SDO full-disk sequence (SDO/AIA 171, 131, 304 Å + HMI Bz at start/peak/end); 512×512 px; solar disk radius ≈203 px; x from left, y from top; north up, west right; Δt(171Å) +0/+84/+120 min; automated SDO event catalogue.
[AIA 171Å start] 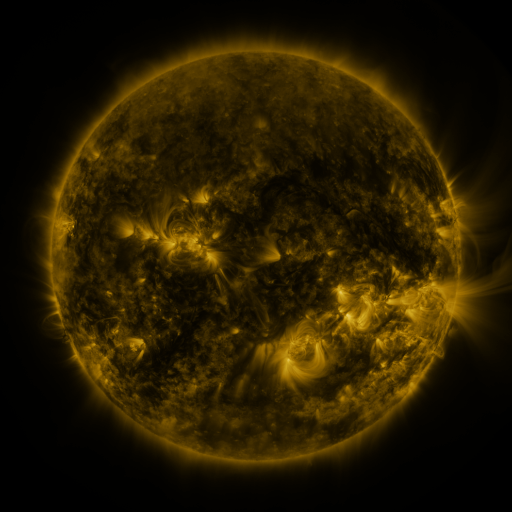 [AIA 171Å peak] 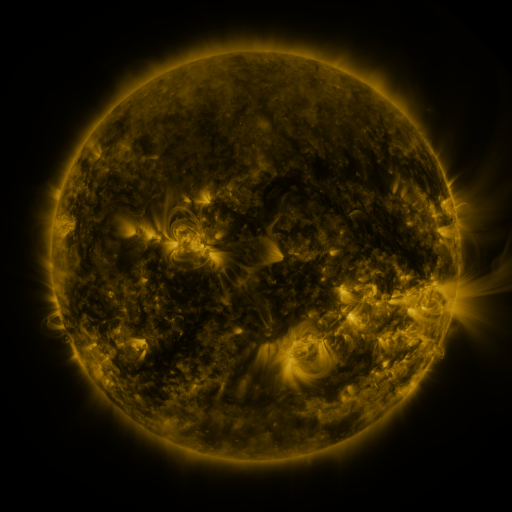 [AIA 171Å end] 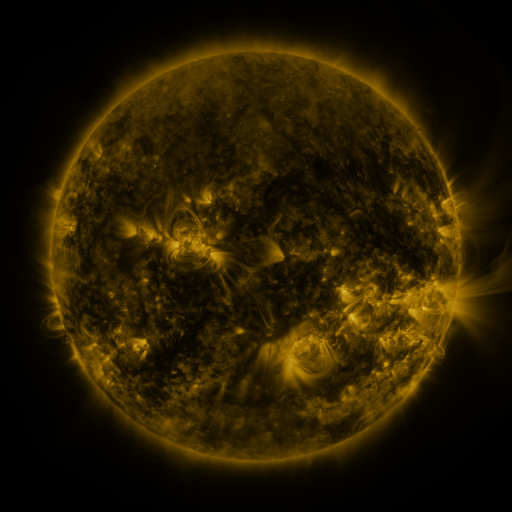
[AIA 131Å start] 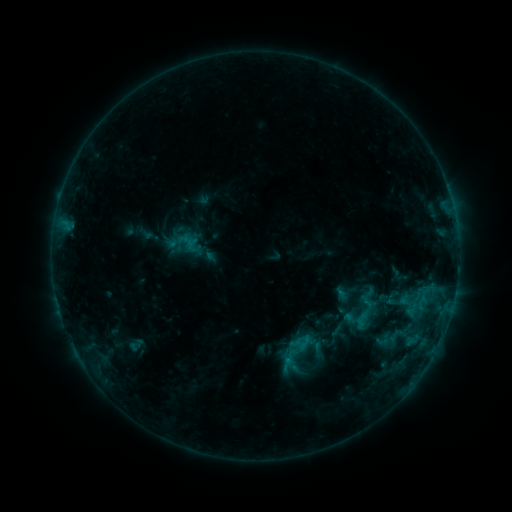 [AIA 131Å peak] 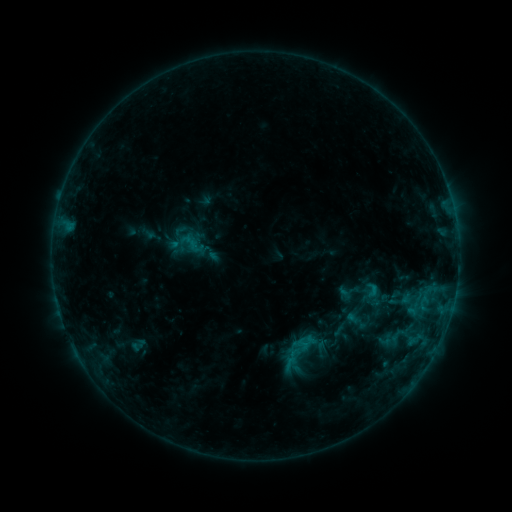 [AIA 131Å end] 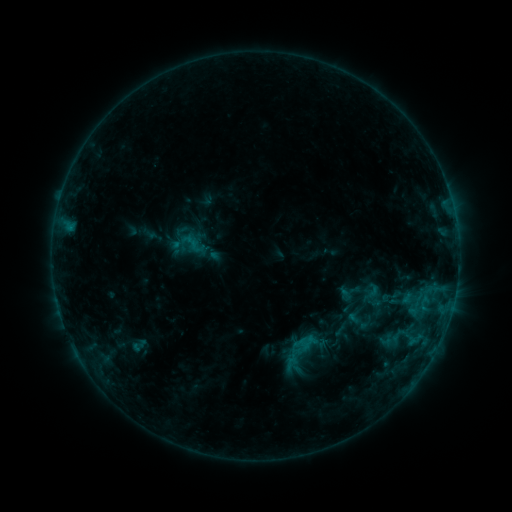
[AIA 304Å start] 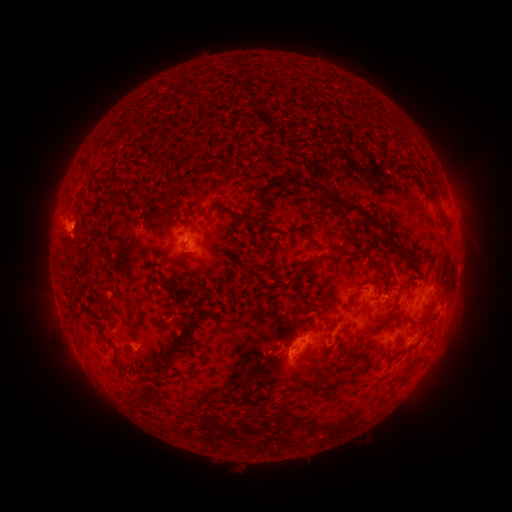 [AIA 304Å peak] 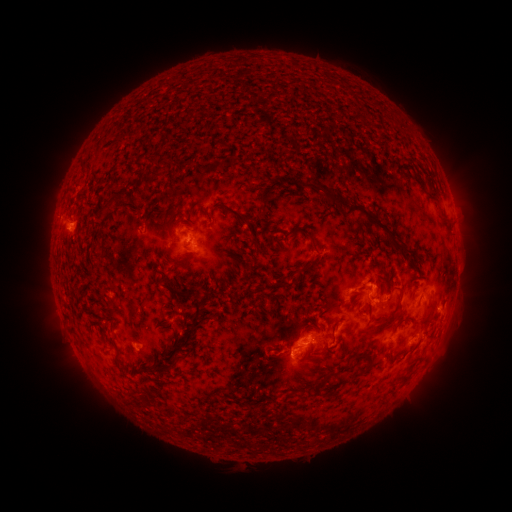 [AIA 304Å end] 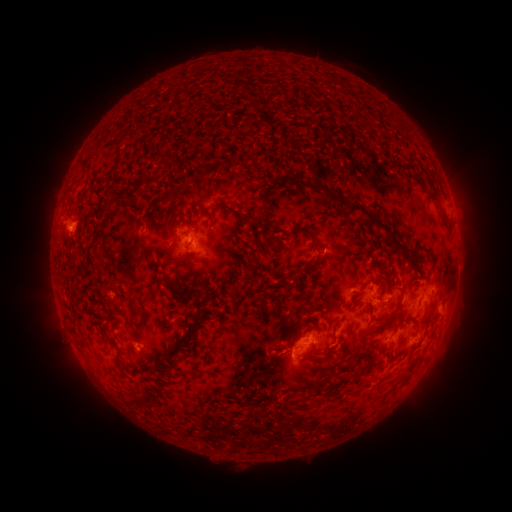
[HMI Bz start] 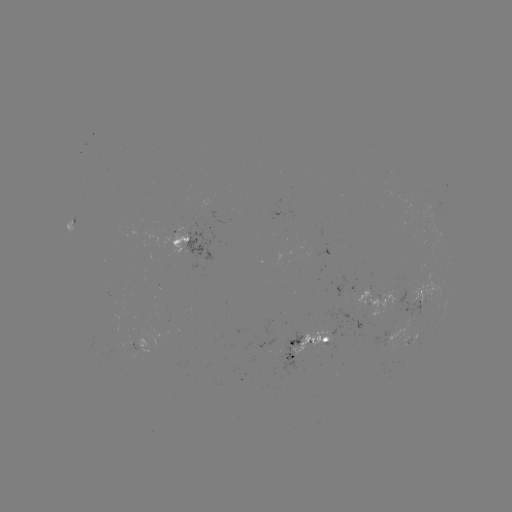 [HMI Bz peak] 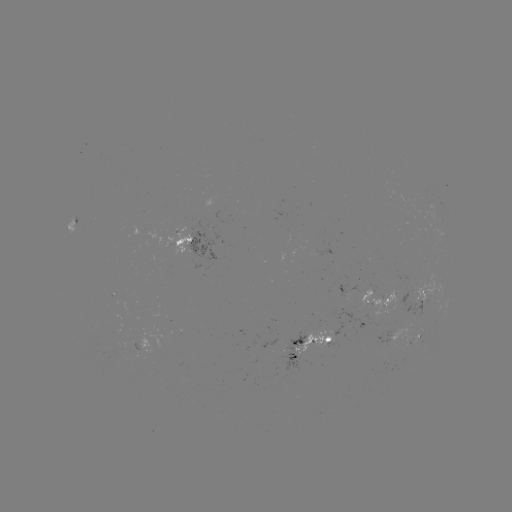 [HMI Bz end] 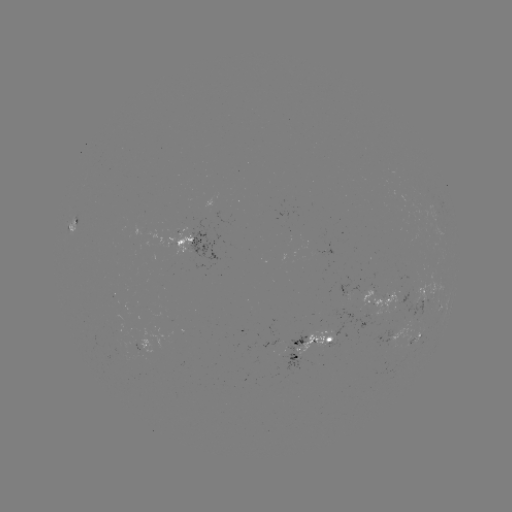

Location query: emerging-flux region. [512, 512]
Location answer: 120,346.